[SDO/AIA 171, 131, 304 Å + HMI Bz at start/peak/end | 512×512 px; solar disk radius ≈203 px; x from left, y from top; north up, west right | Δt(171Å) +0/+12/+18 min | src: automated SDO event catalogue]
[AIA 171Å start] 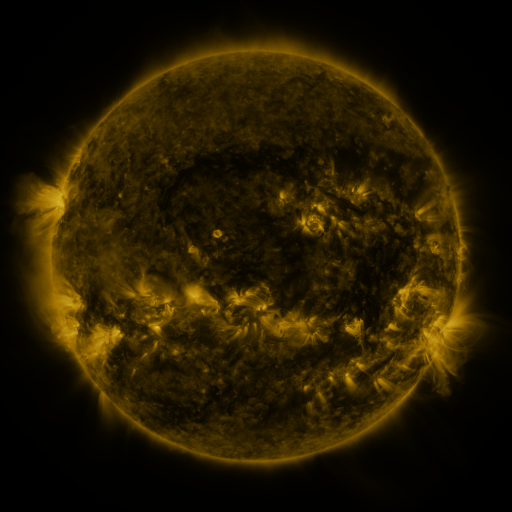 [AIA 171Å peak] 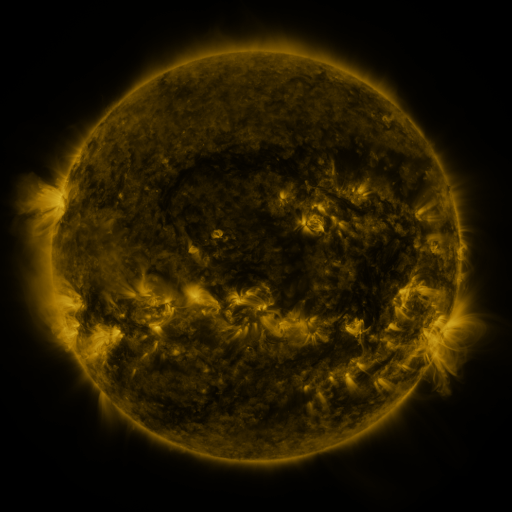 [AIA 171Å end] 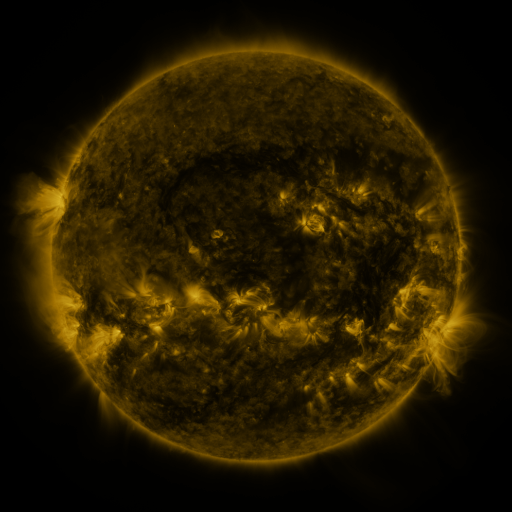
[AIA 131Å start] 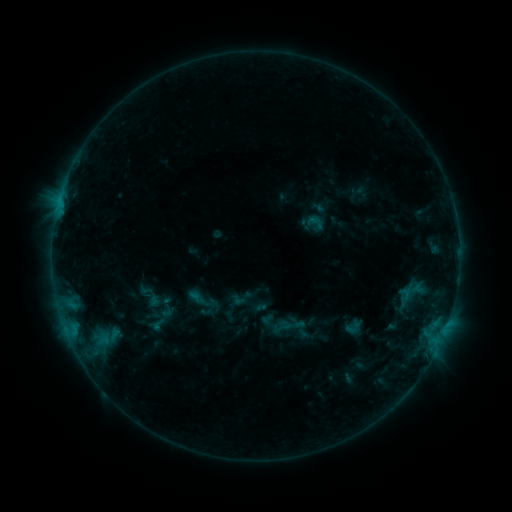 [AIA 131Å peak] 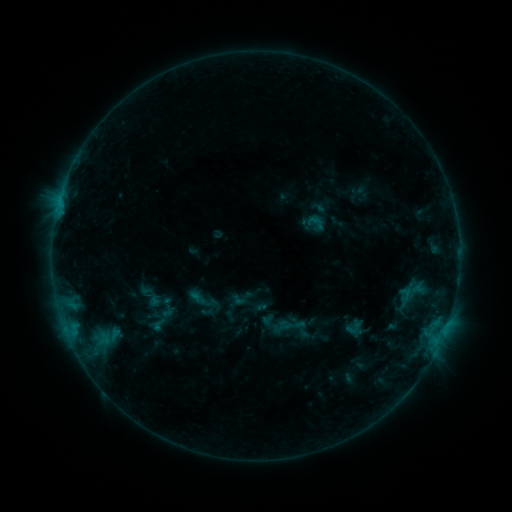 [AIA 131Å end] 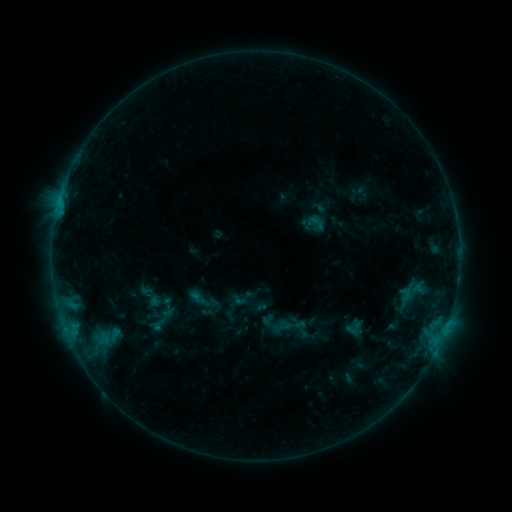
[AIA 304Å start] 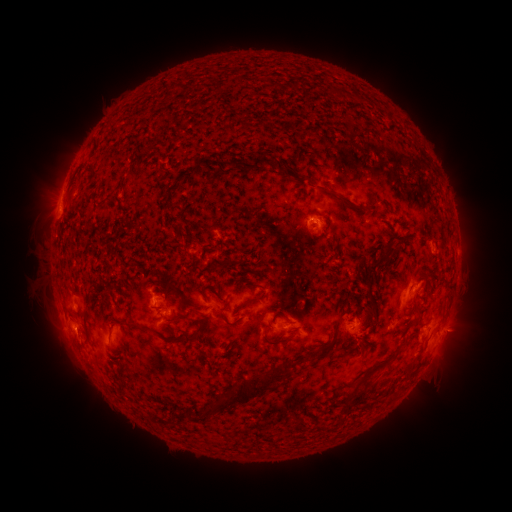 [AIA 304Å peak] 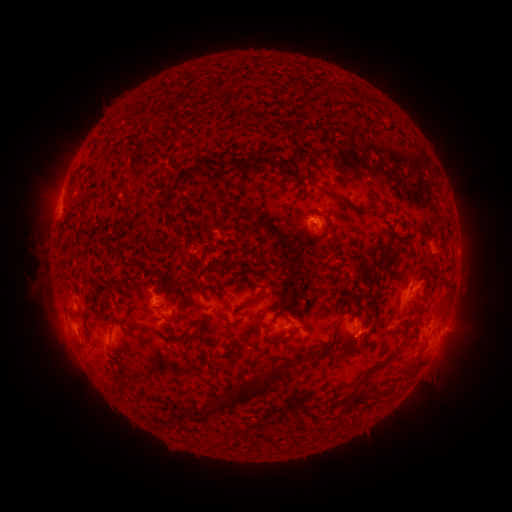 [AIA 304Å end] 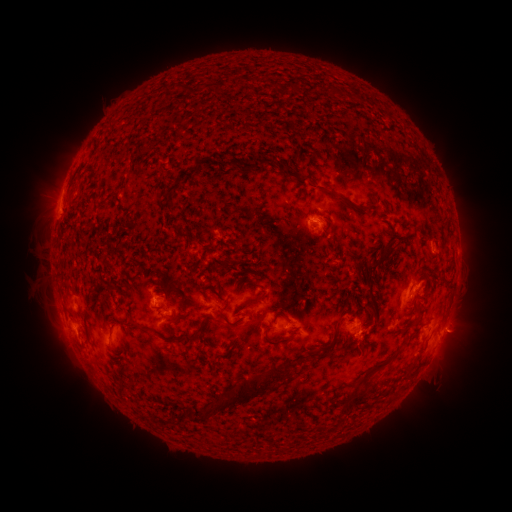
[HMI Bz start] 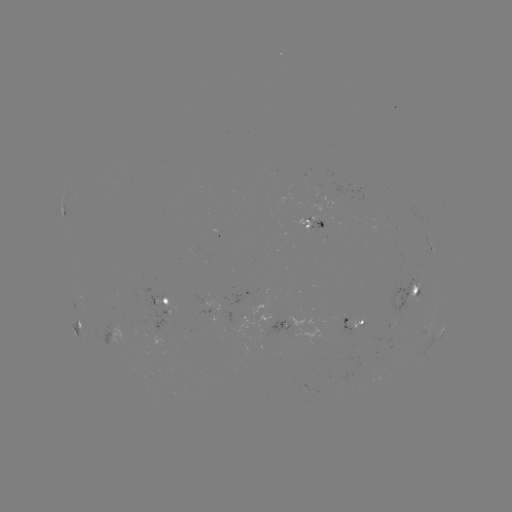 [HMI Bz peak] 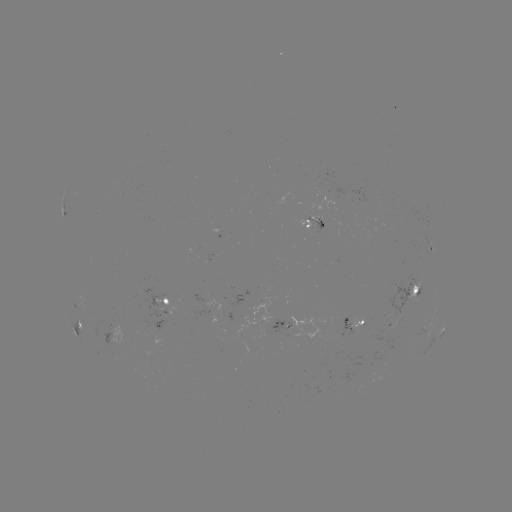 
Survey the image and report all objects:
eruption: (369, 333)
